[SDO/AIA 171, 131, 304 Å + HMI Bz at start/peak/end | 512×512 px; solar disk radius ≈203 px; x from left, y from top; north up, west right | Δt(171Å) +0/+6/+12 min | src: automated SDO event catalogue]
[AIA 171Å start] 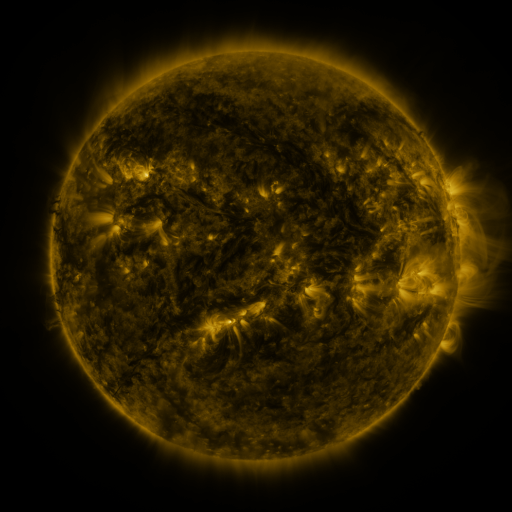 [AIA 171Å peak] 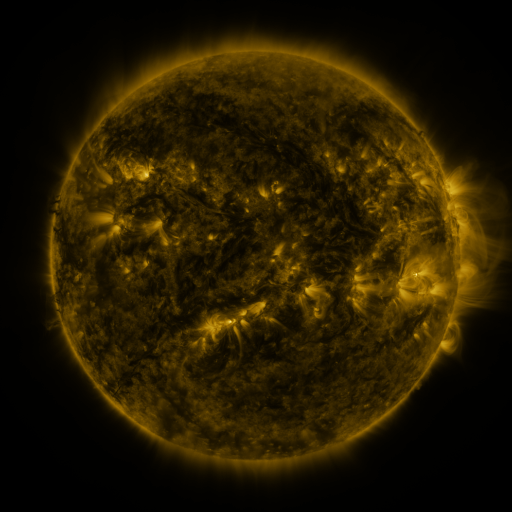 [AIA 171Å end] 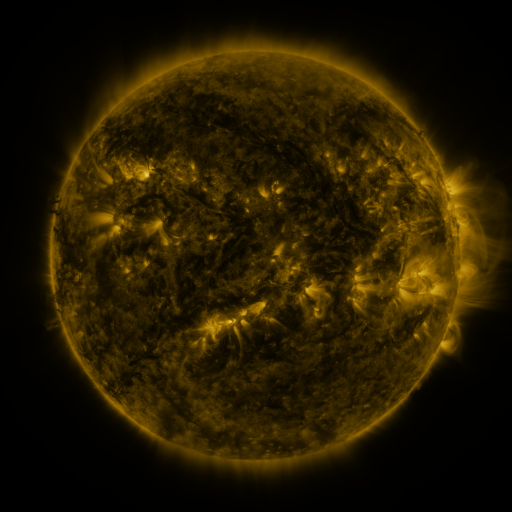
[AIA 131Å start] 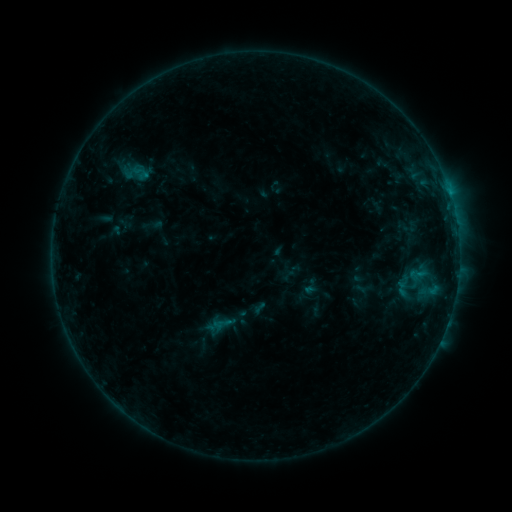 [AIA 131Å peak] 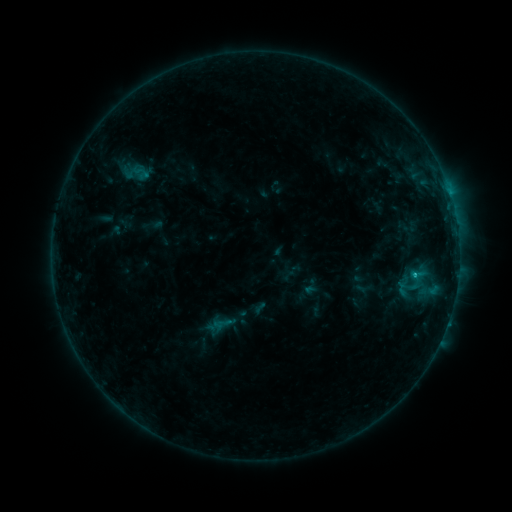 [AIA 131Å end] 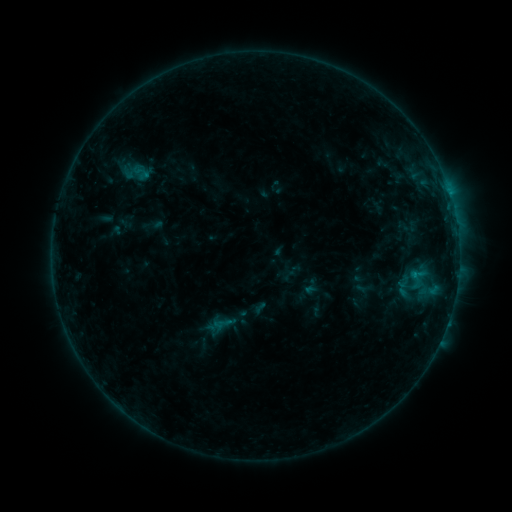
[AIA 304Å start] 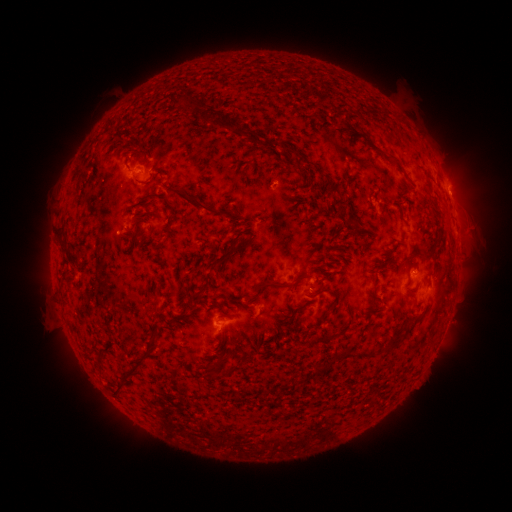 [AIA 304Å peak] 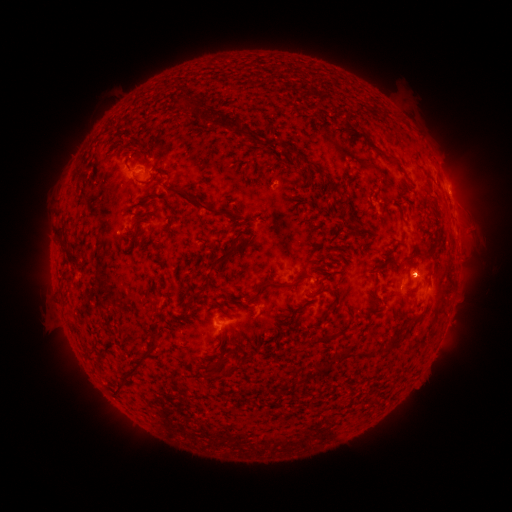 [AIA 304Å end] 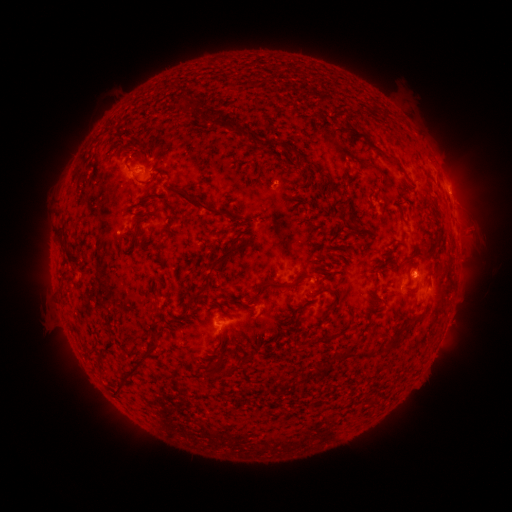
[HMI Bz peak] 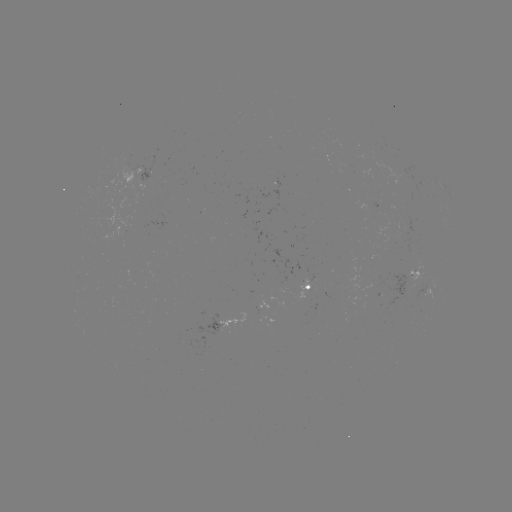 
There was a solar flare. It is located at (415, 272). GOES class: B6.2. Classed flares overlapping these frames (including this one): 1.